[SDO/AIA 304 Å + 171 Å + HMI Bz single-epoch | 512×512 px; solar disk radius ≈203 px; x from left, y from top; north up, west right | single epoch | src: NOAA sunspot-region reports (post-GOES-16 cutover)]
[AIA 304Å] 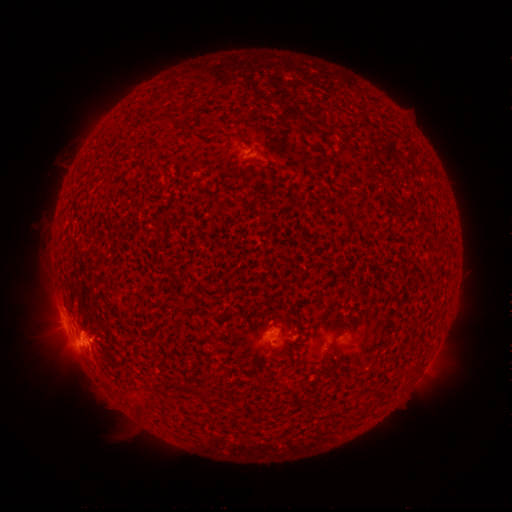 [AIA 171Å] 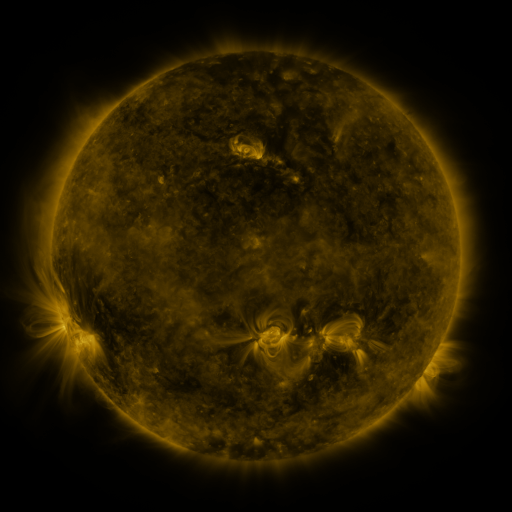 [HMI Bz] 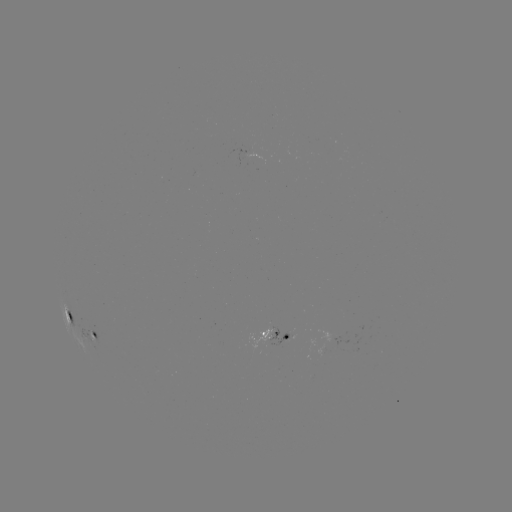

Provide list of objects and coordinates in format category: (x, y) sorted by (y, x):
spotted active region: (71, 313)
spotted active region: (279, 324)
spotted active region: (97, 335)
